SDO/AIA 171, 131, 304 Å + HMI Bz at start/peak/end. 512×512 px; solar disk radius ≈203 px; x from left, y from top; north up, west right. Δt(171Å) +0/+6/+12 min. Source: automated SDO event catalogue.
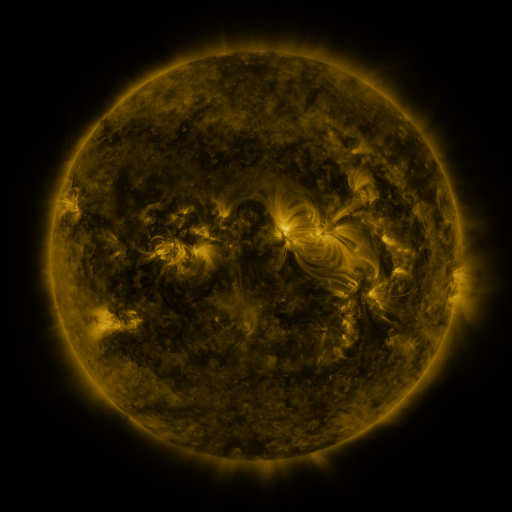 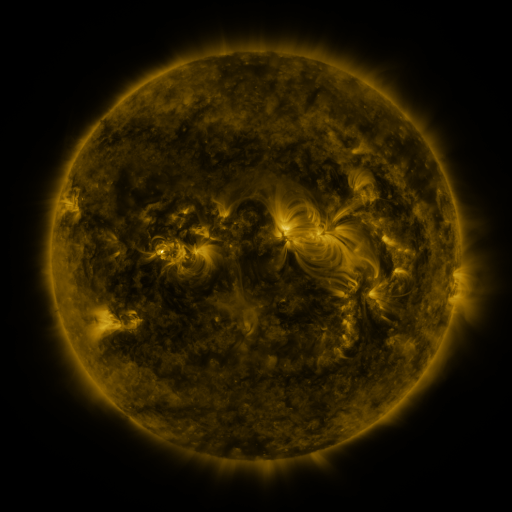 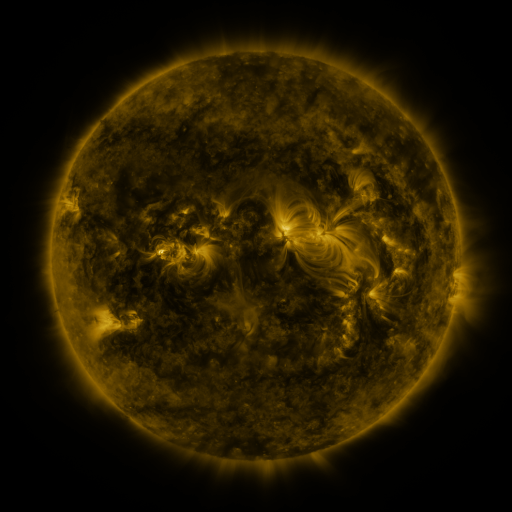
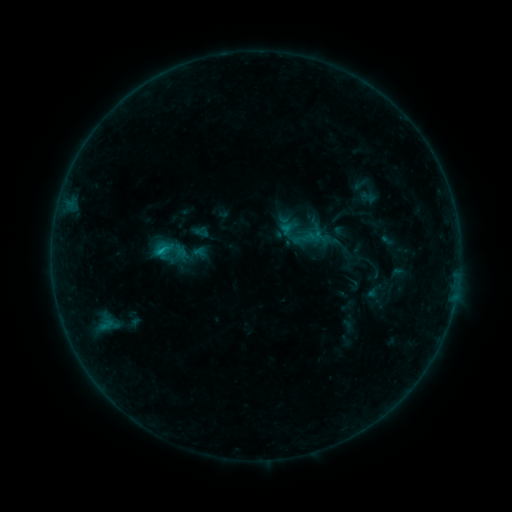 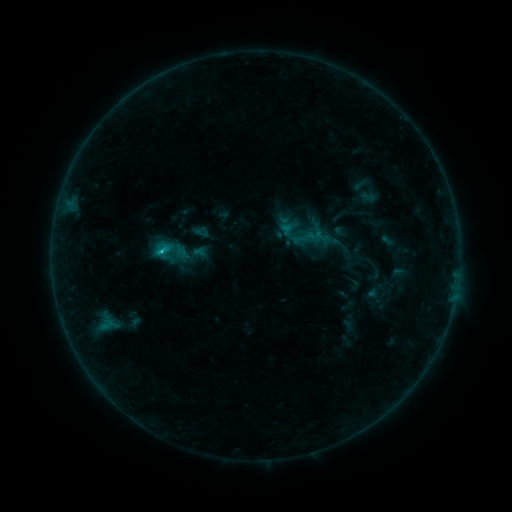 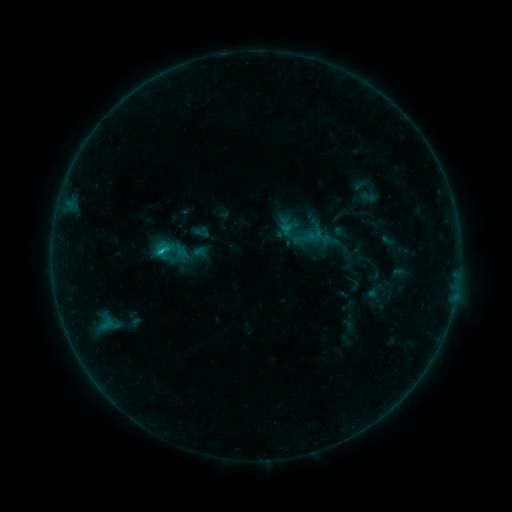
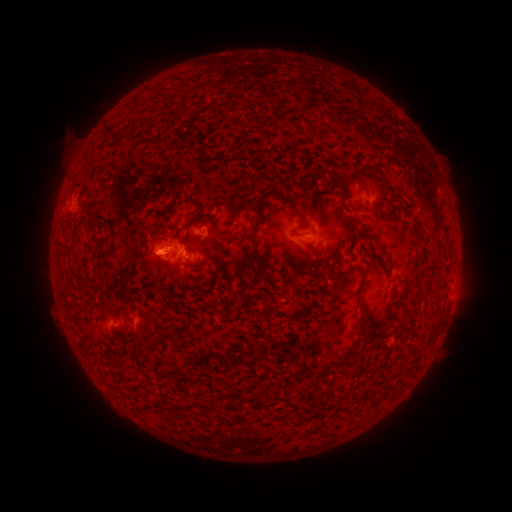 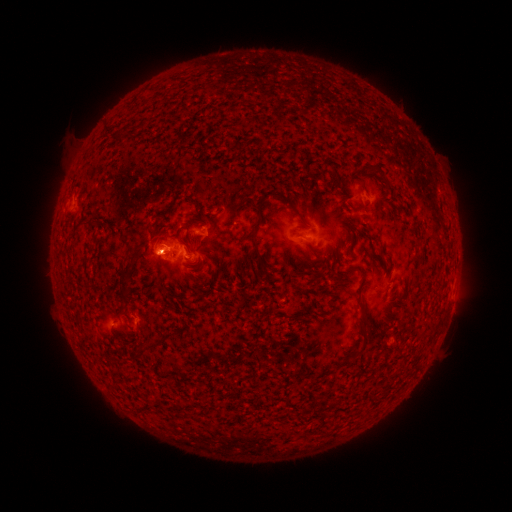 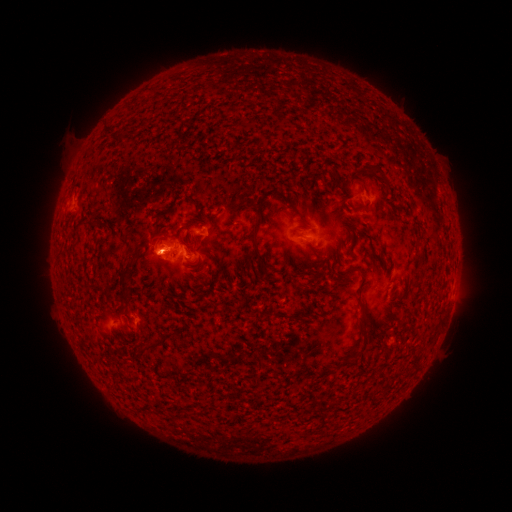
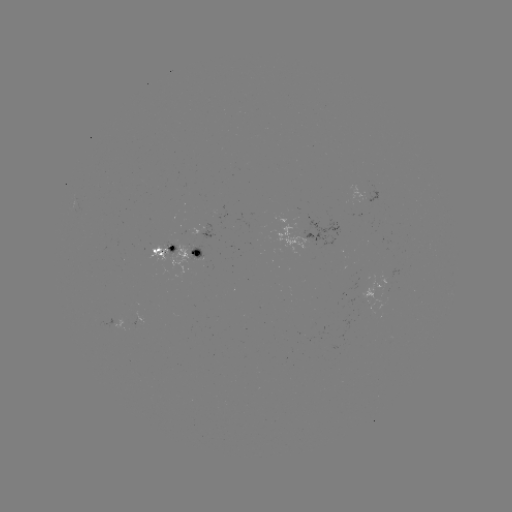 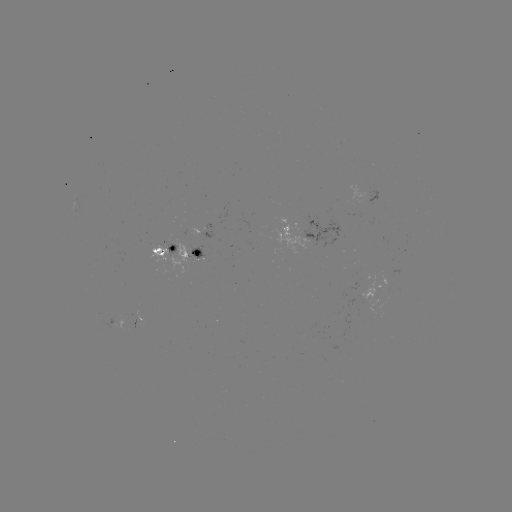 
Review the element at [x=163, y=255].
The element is B8.8 flare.